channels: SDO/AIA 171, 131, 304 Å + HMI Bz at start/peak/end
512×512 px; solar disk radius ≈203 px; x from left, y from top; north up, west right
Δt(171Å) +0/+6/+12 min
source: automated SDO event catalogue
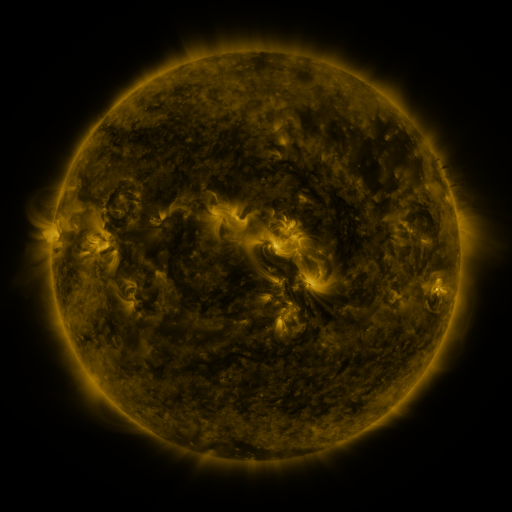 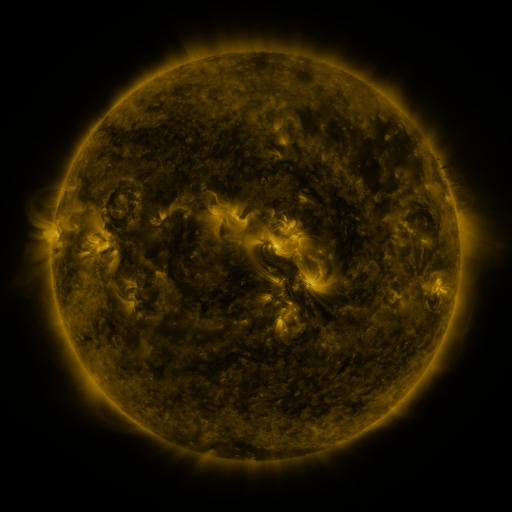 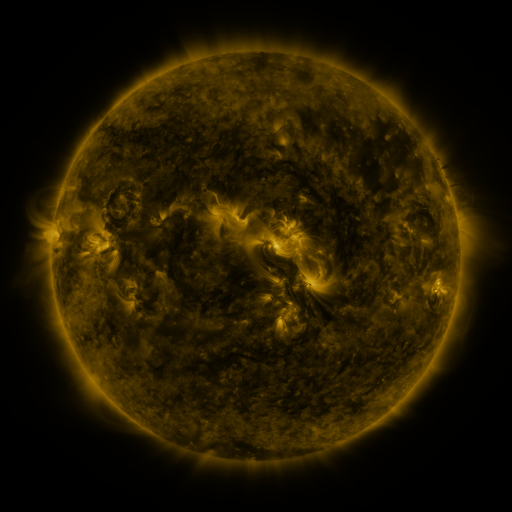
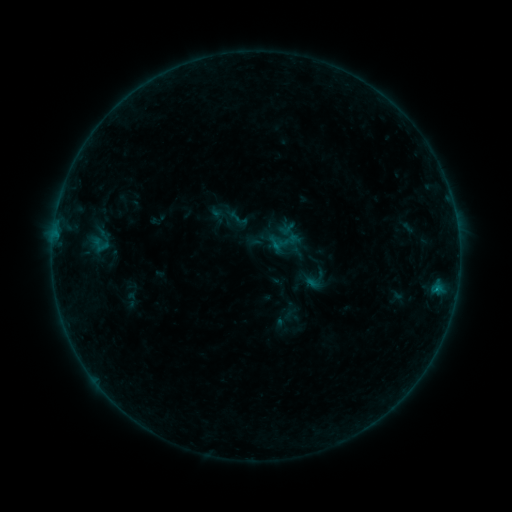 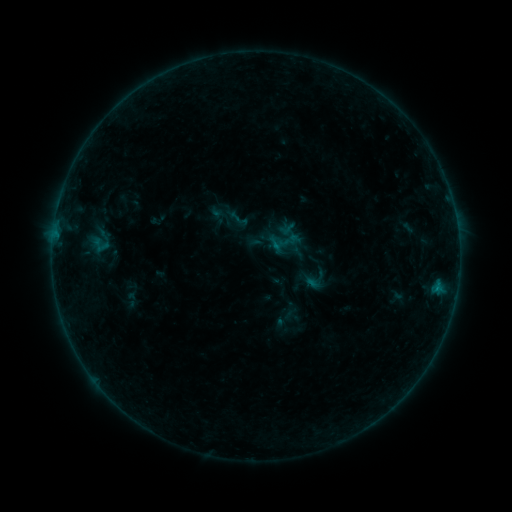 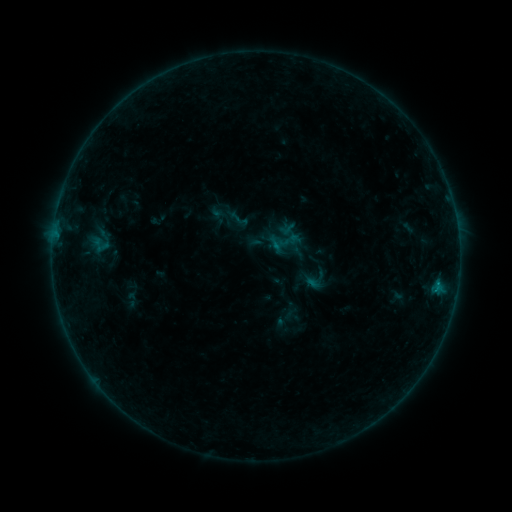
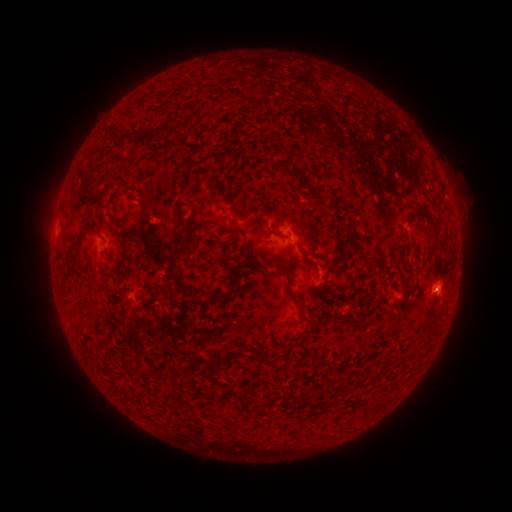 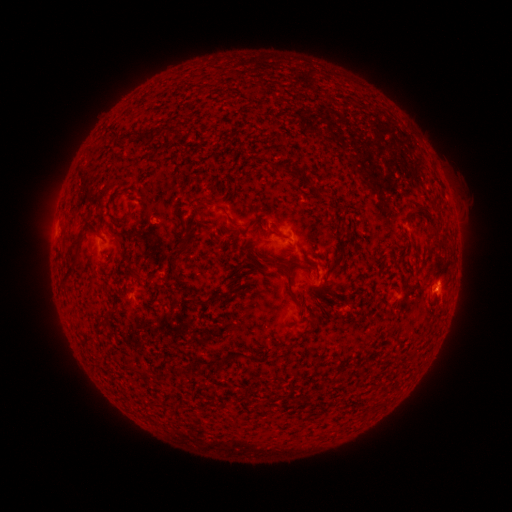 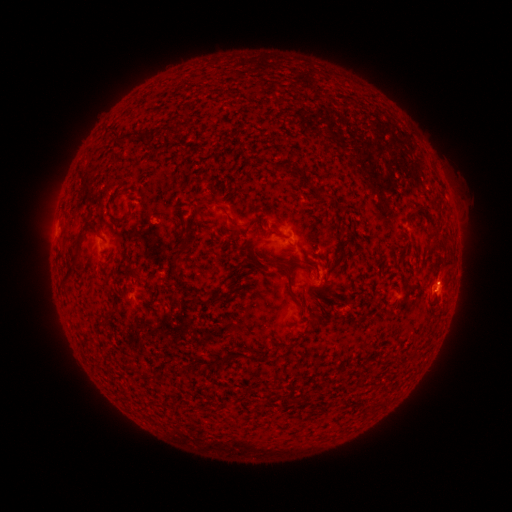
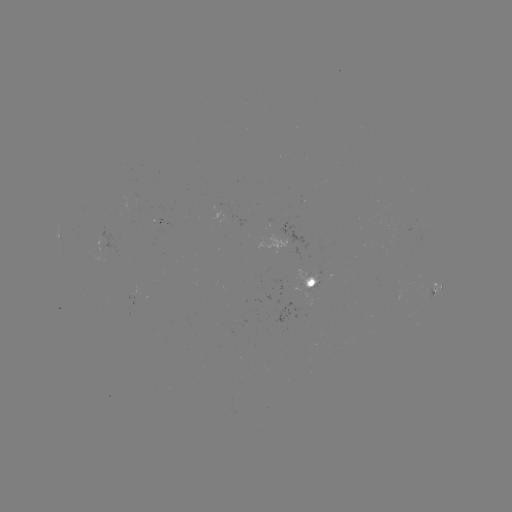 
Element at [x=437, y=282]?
B1.9 flare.